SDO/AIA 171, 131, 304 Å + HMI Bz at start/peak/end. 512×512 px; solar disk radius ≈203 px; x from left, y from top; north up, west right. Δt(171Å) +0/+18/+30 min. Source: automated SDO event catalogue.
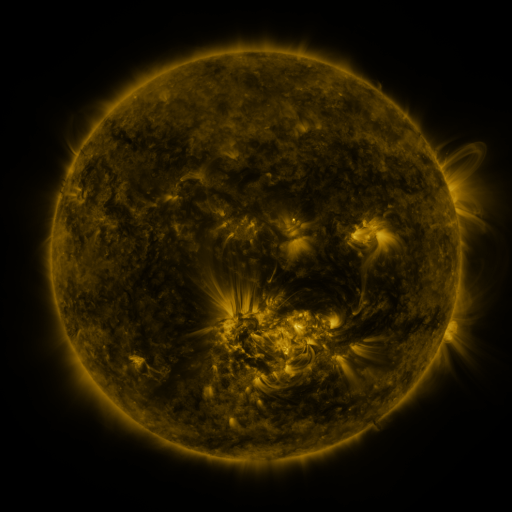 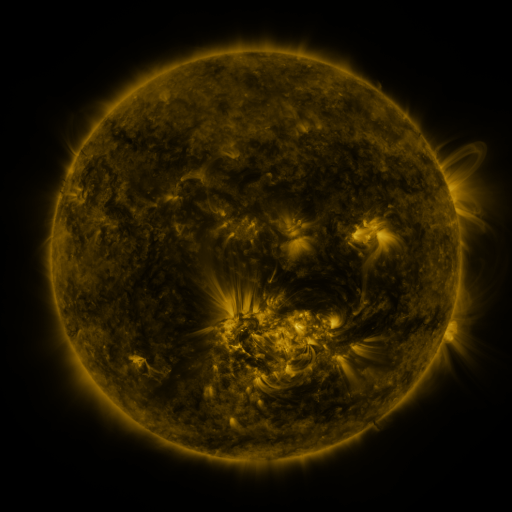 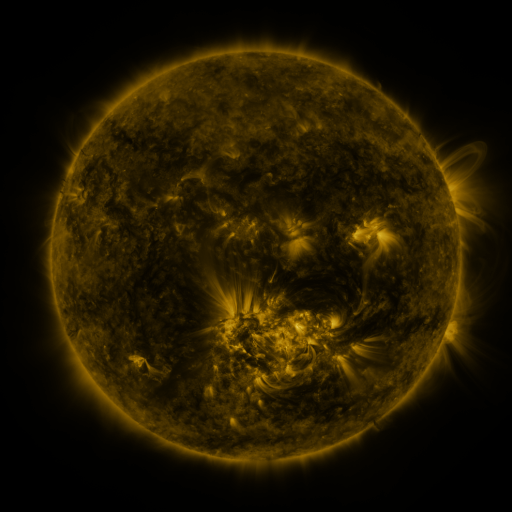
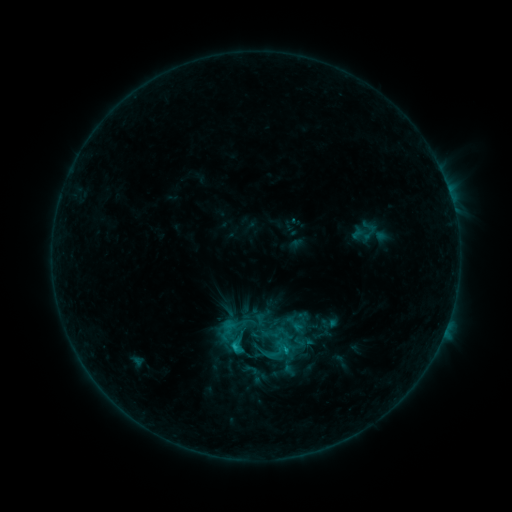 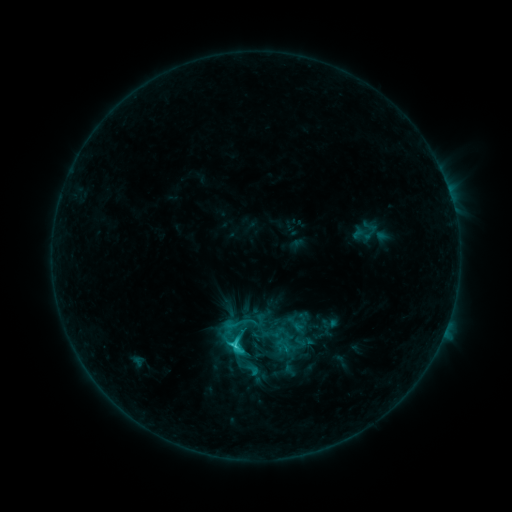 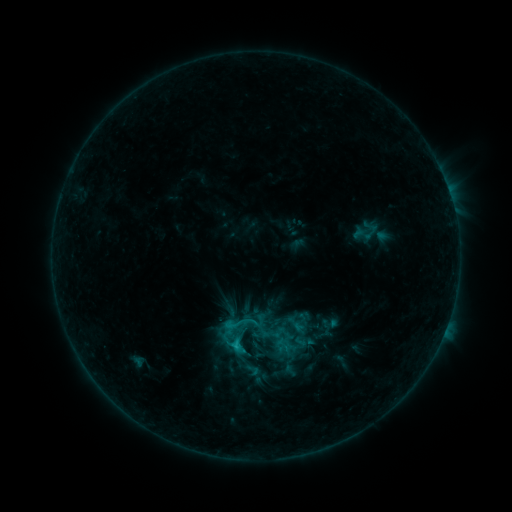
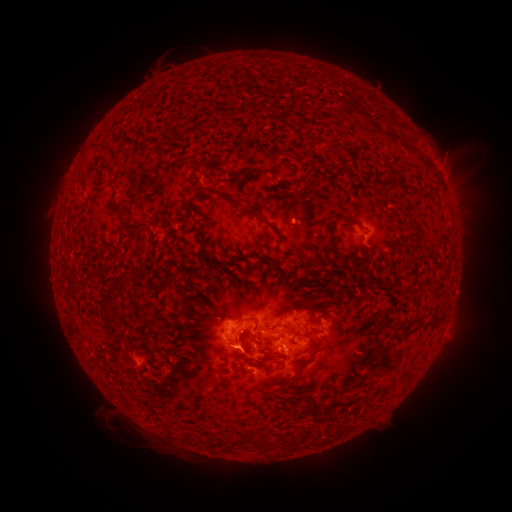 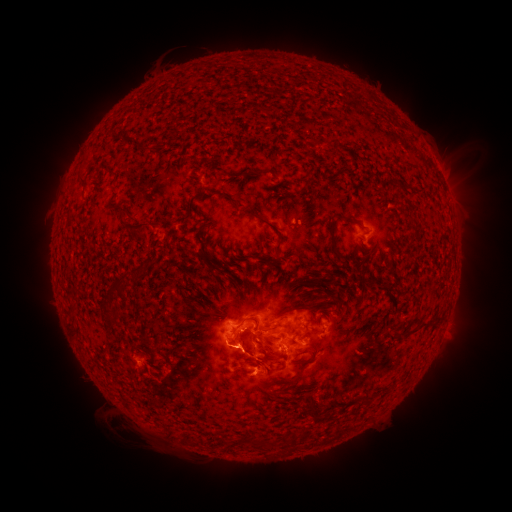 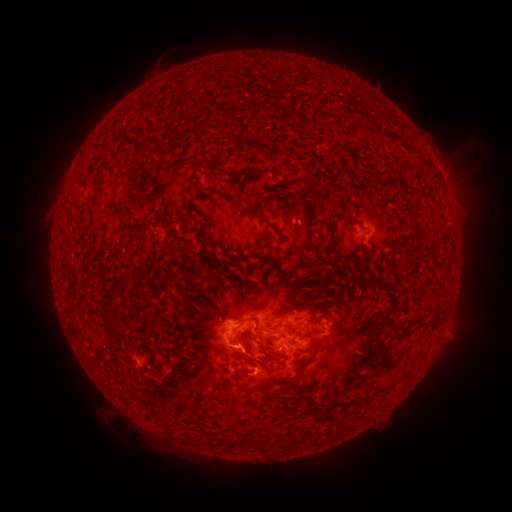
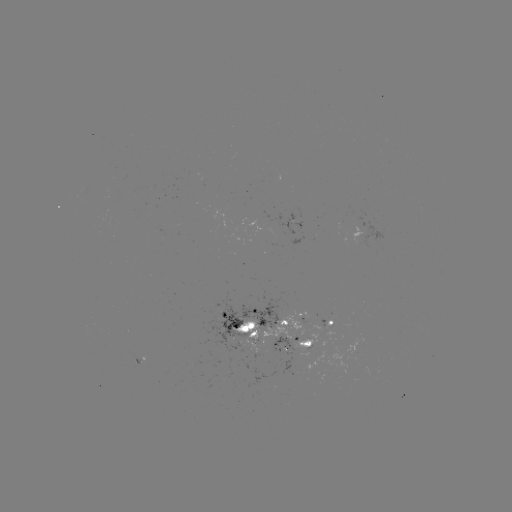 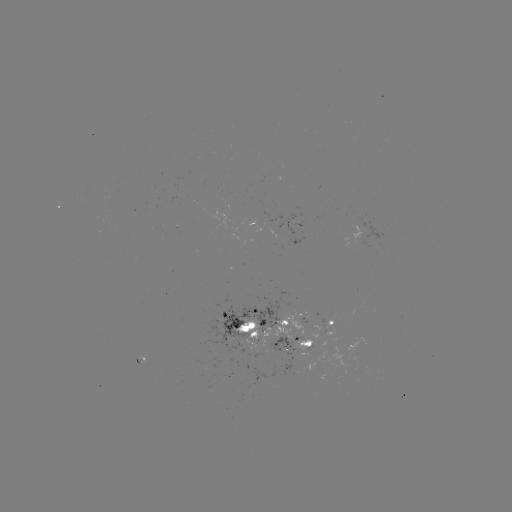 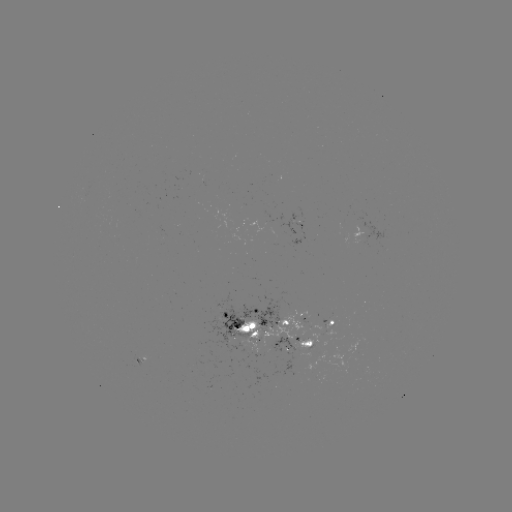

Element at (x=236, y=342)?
C3.1 flare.